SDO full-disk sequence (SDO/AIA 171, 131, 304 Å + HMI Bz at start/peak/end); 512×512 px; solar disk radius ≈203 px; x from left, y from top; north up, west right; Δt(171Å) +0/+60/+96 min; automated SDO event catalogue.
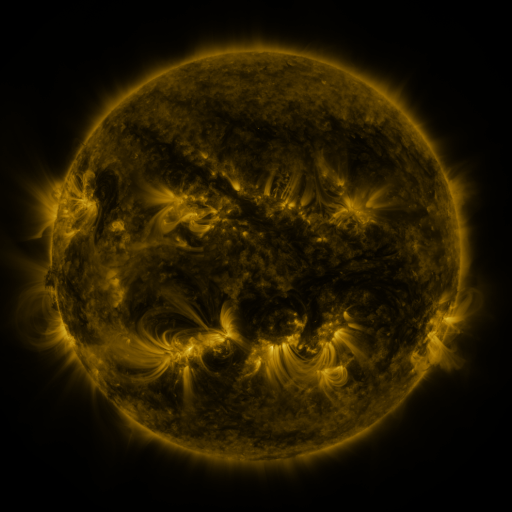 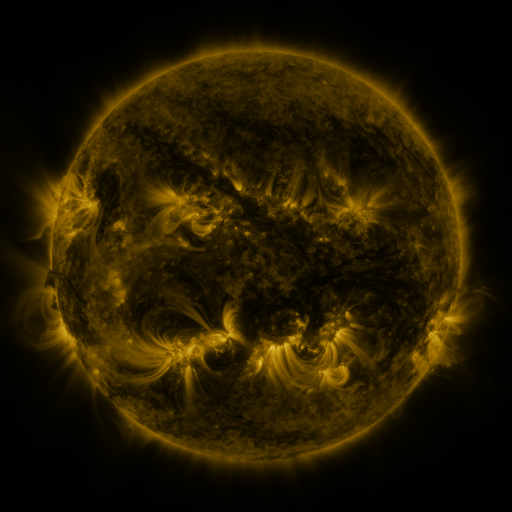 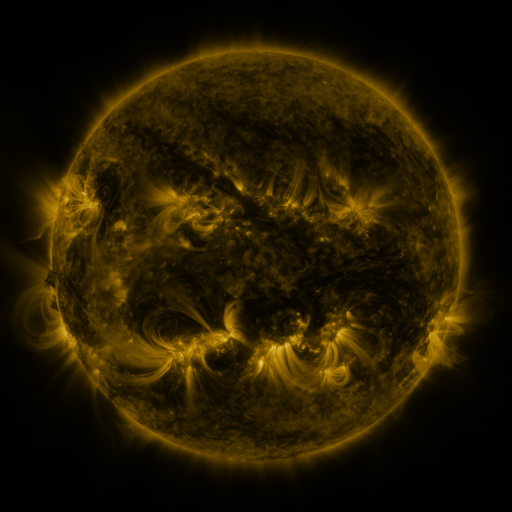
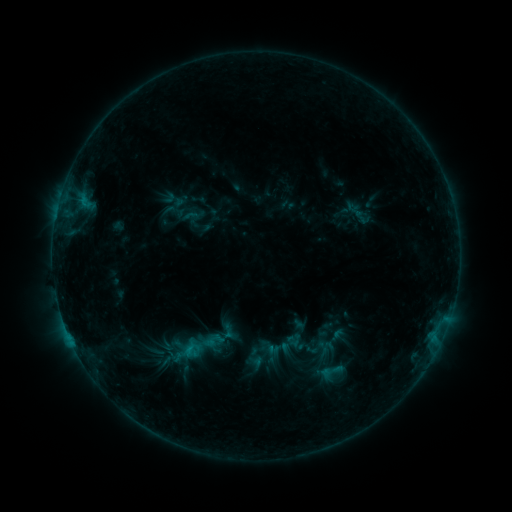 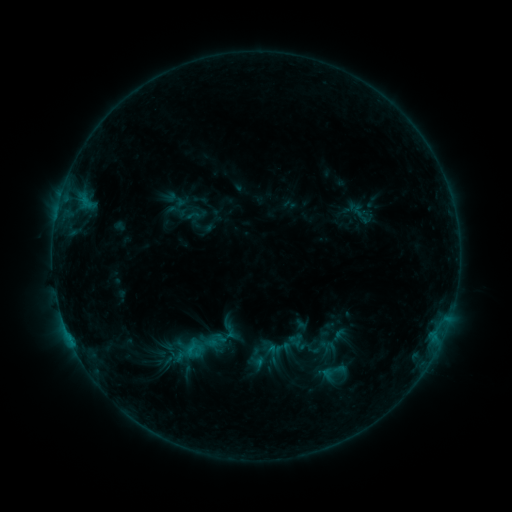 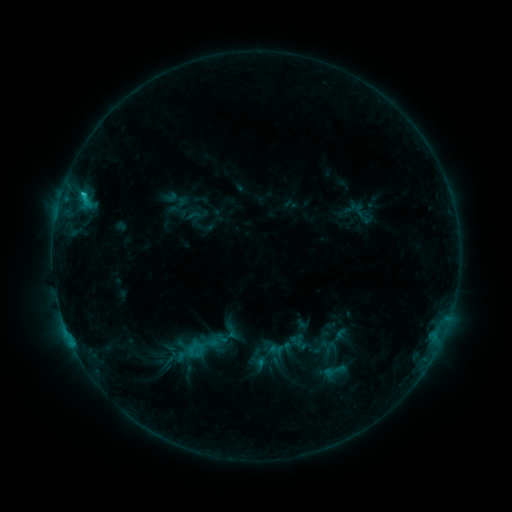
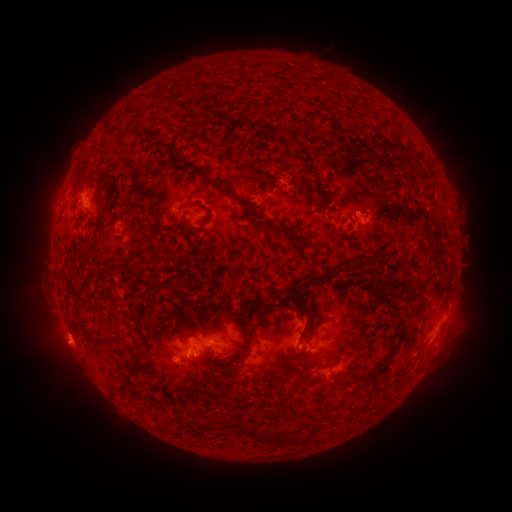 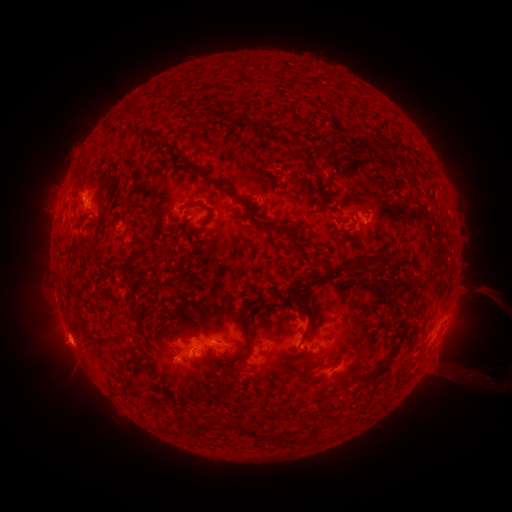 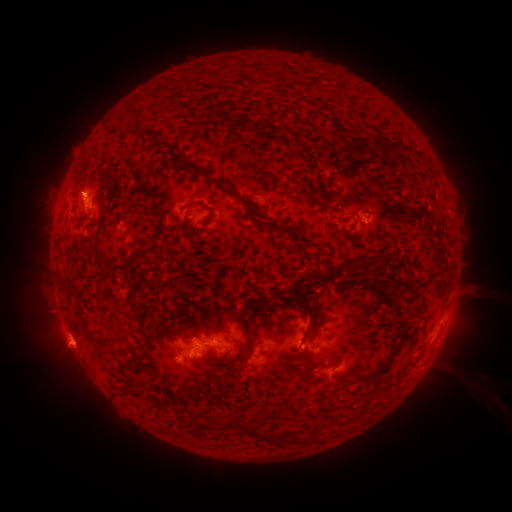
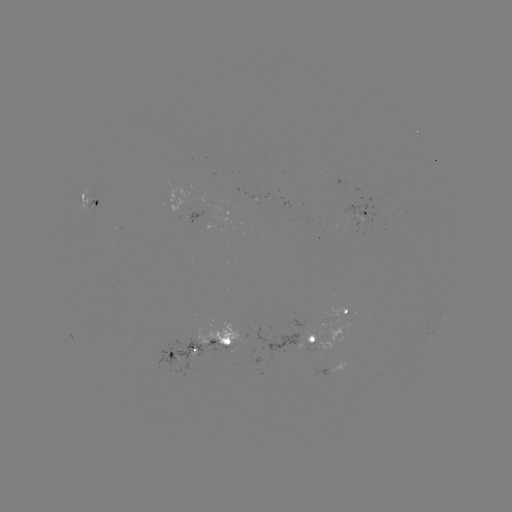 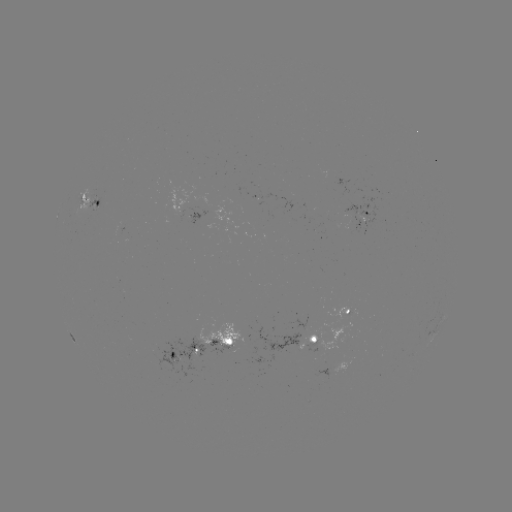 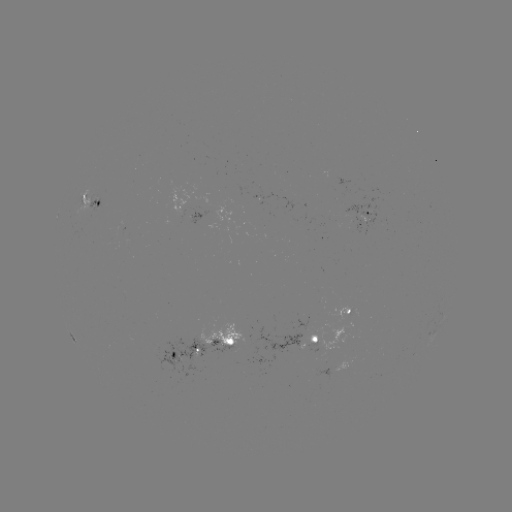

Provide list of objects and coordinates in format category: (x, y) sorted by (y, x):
emerging-flux region: (235, 193)
